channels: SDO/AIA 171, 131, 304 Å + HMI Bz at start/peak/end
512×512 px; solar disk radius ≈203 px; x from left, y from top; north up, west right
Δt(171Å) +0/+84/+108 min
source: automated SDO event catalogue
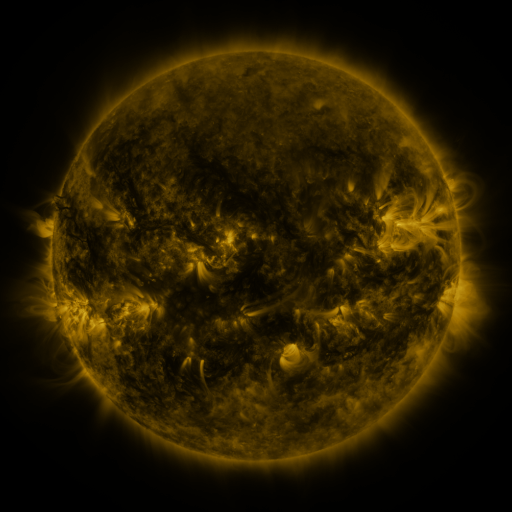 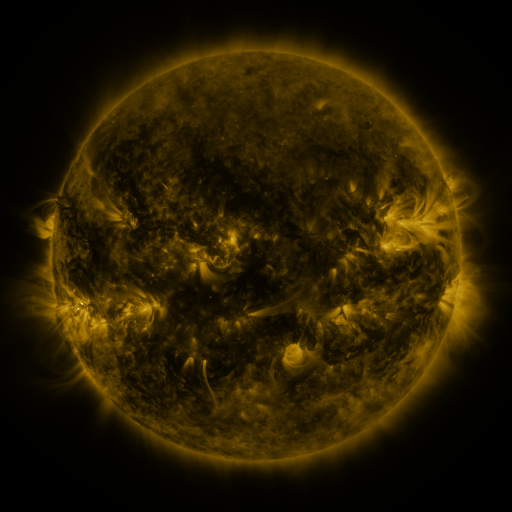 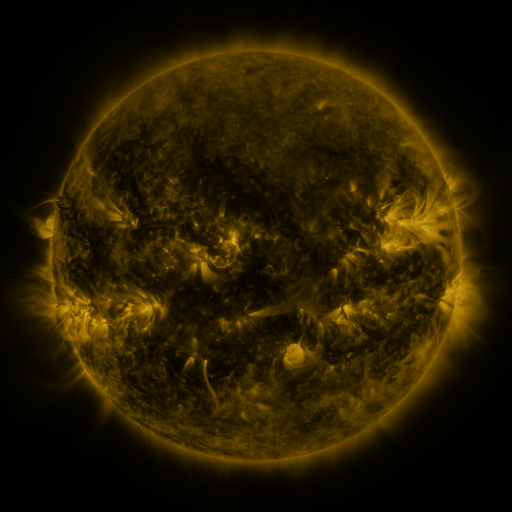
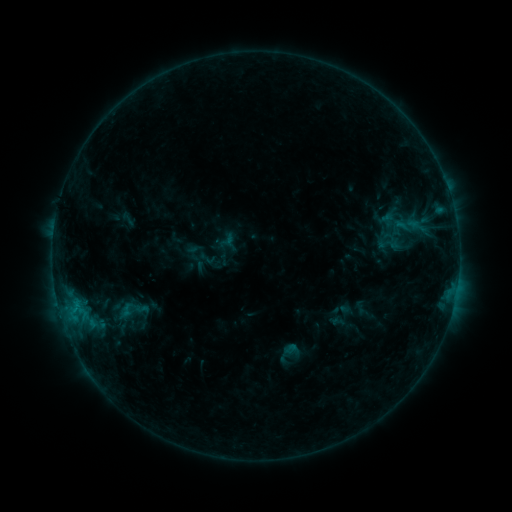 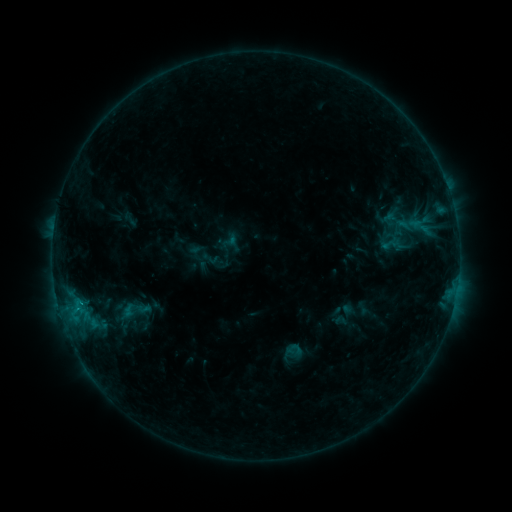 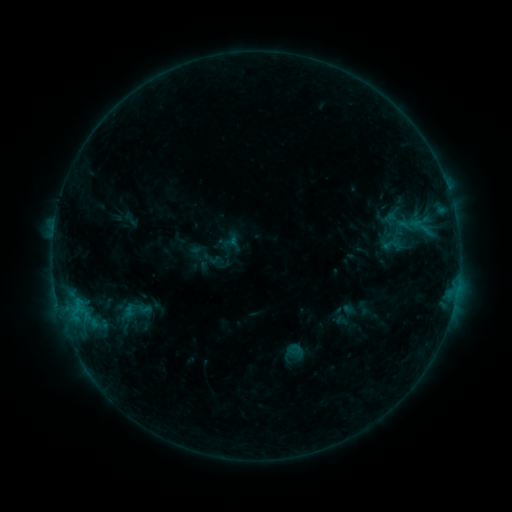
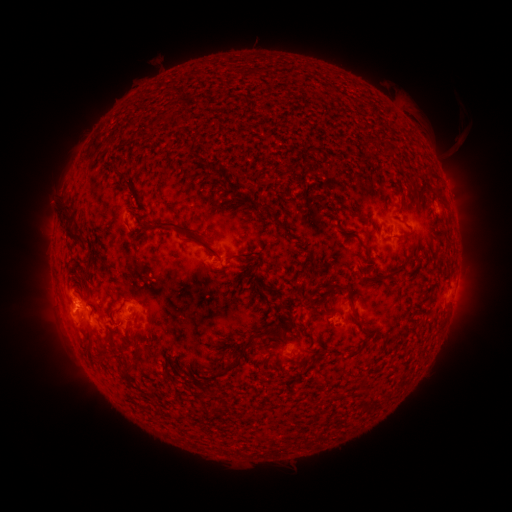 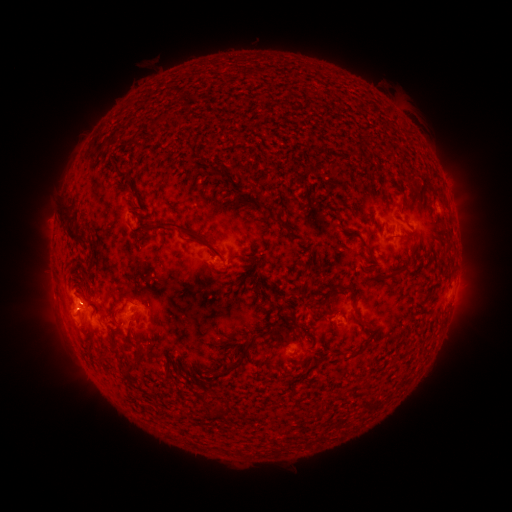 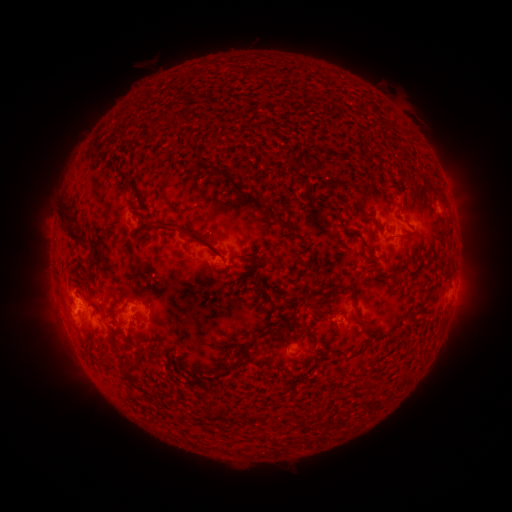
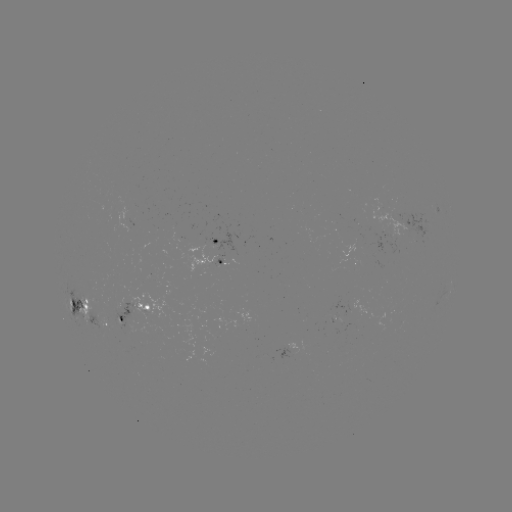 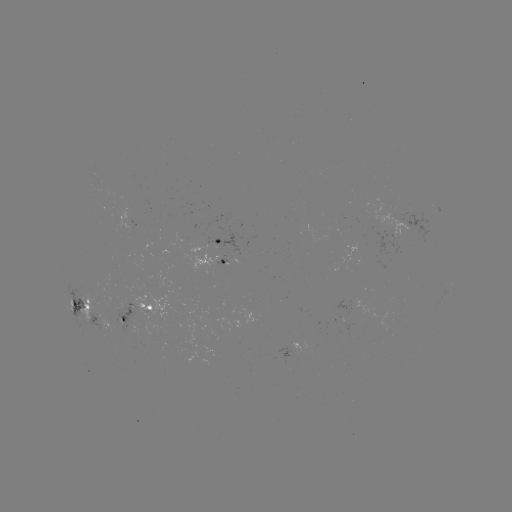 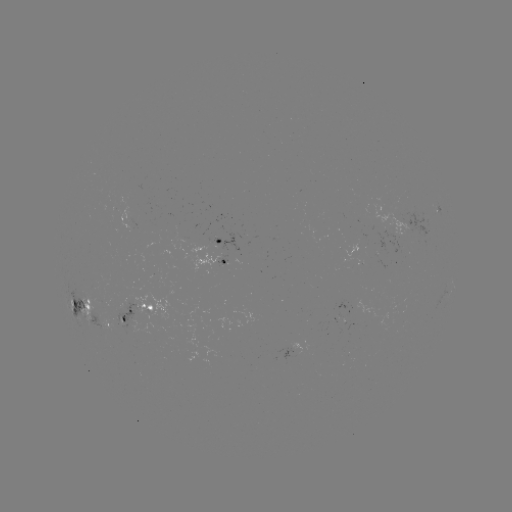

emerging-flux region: (395, 212, 432, 237)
